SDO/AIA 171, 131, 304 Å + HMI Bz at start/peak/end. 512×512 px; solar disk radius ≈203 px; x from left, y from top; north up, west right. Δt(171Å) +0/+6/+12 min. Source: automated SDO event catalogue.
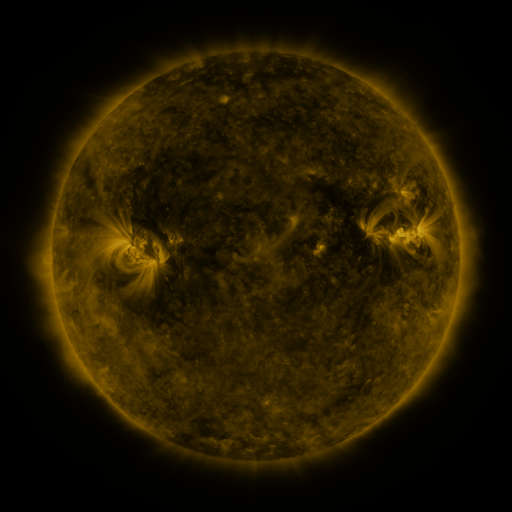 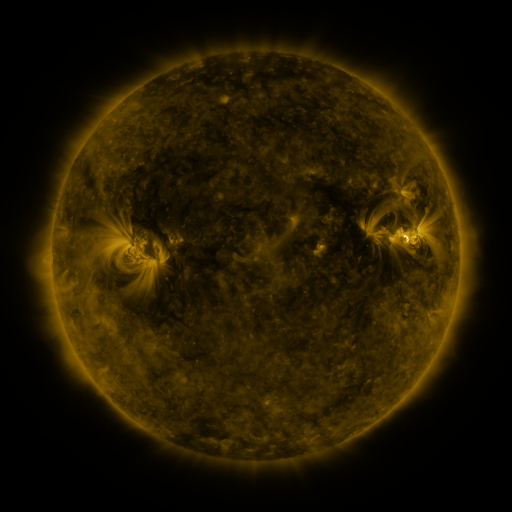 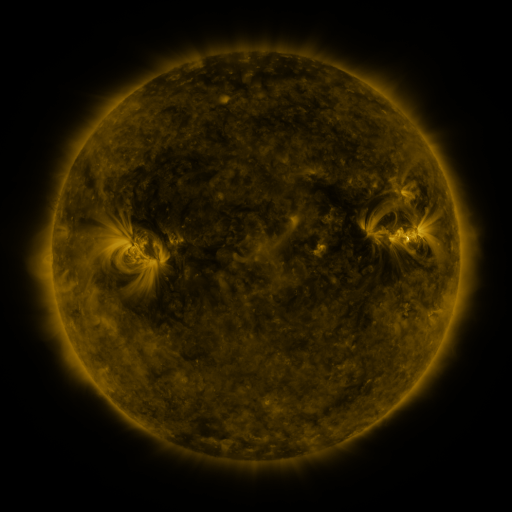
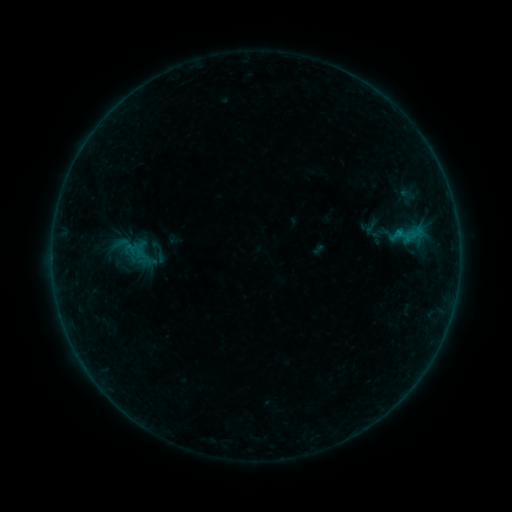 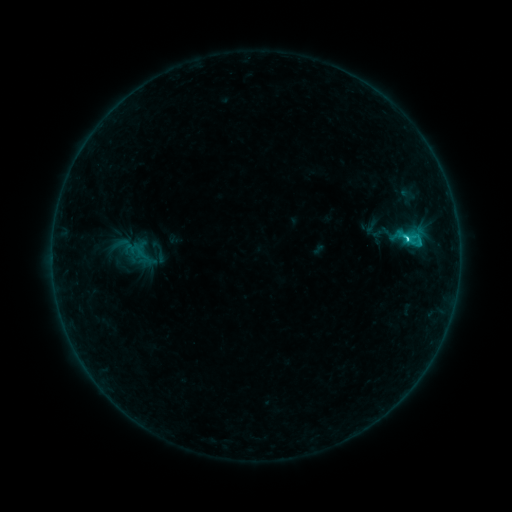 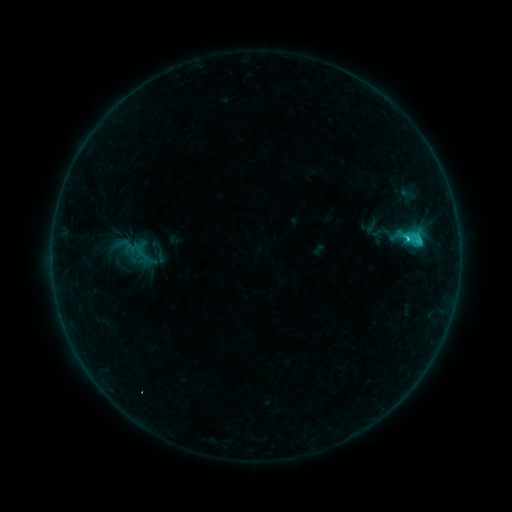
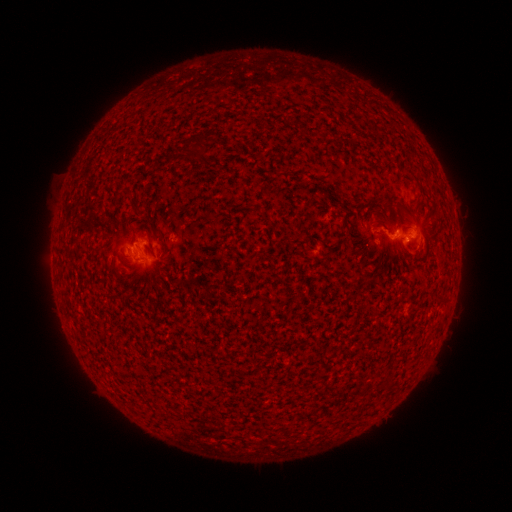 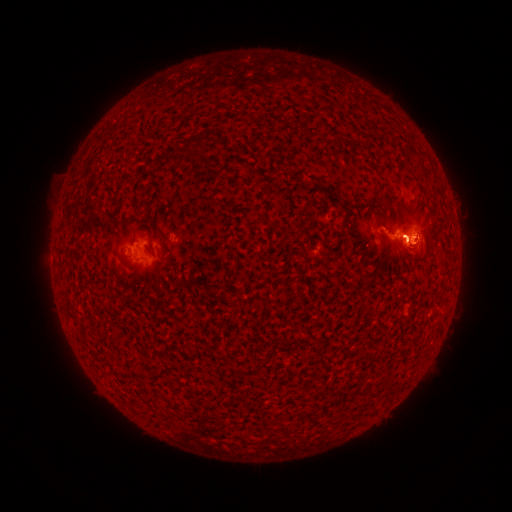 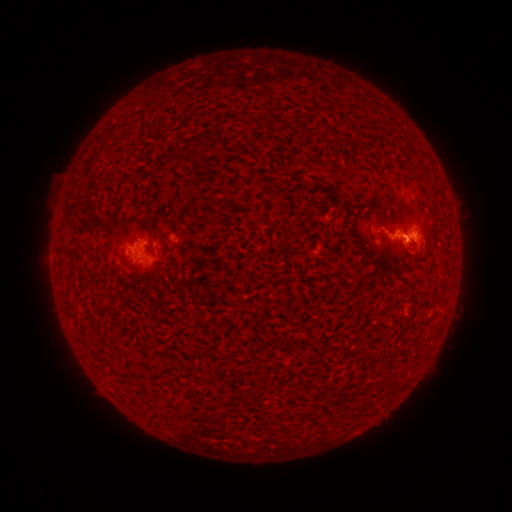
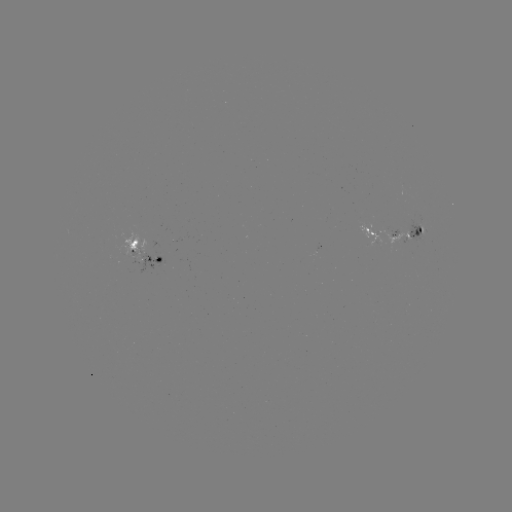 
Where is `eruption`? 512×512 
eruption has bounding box [371, 192, 454, 279].